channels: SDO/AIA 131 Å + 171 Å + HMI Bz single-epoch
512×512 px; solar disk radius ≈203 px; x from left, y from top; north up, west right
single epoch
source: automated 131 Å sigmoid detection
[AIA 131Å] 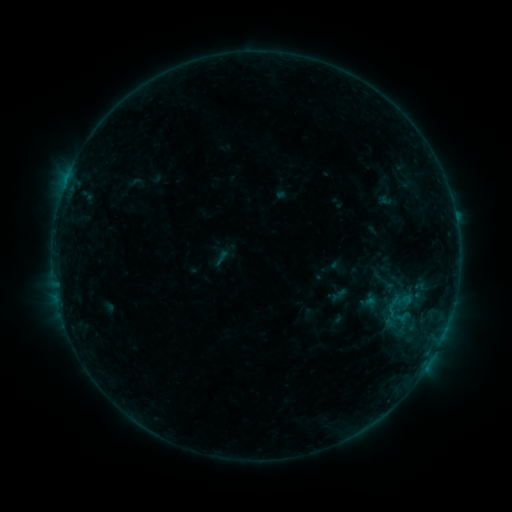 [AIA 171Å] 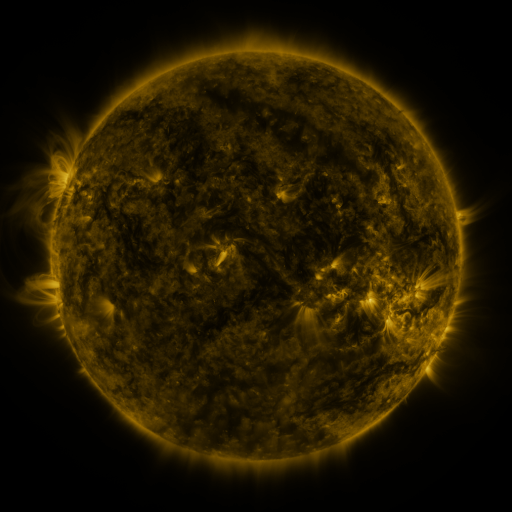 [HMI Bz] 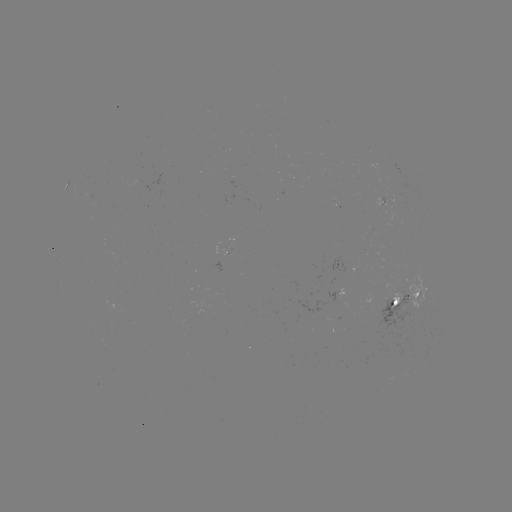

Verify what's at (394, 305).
sigmoid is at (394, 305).